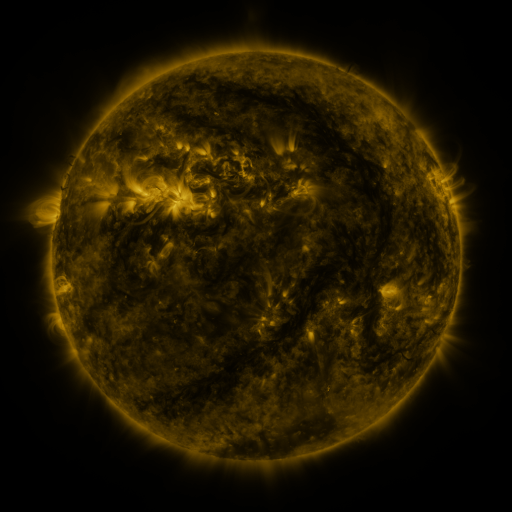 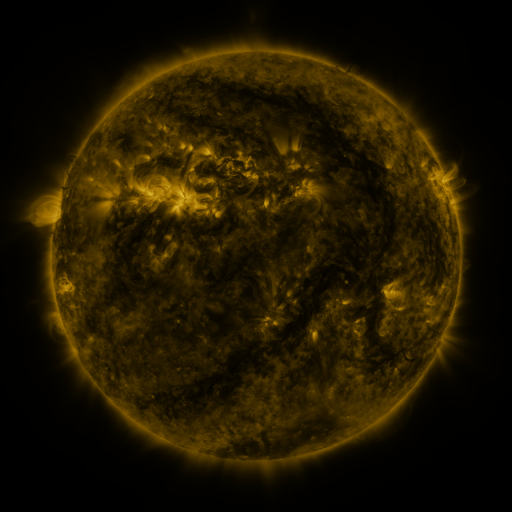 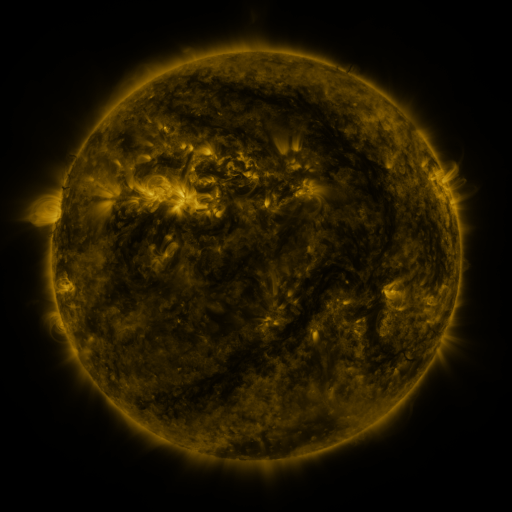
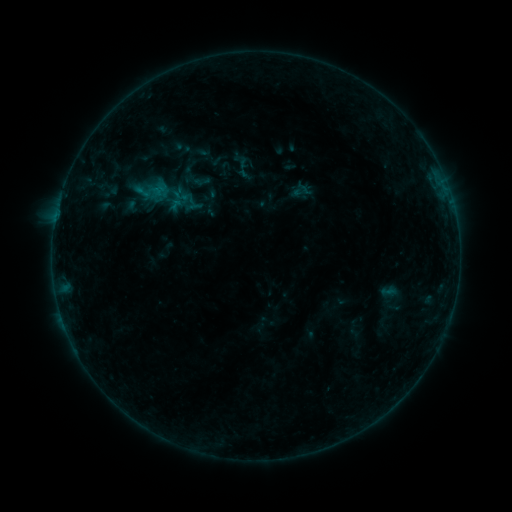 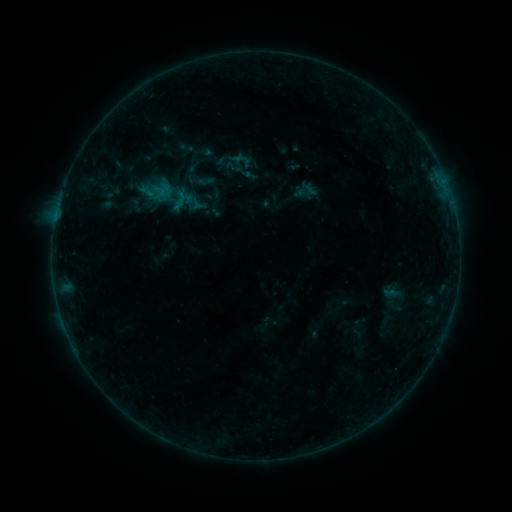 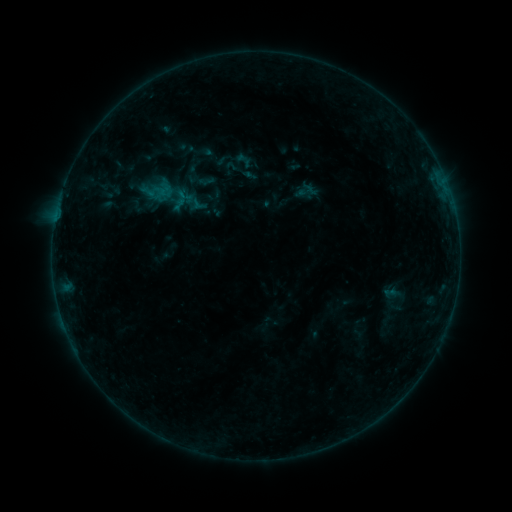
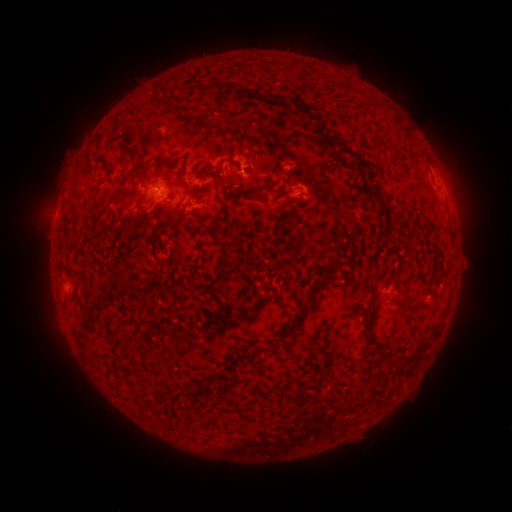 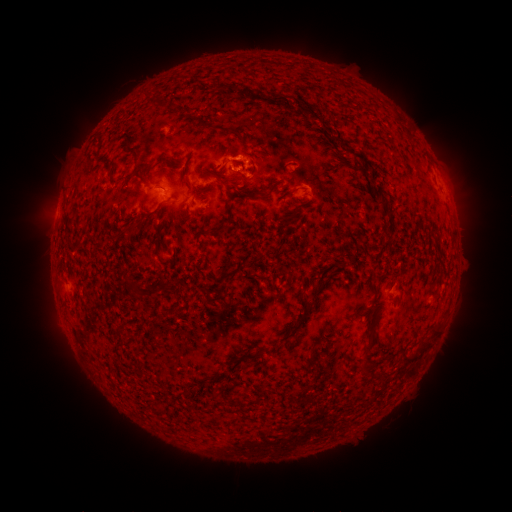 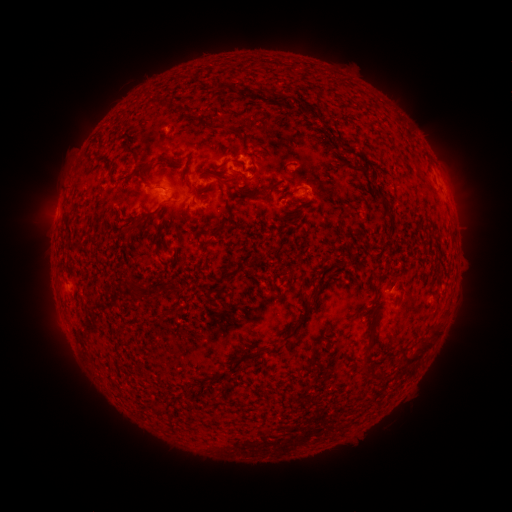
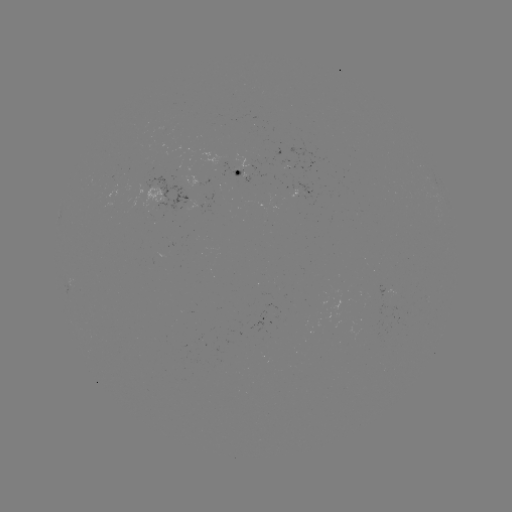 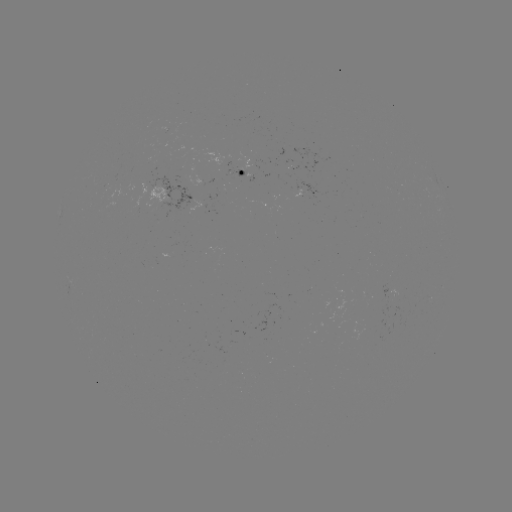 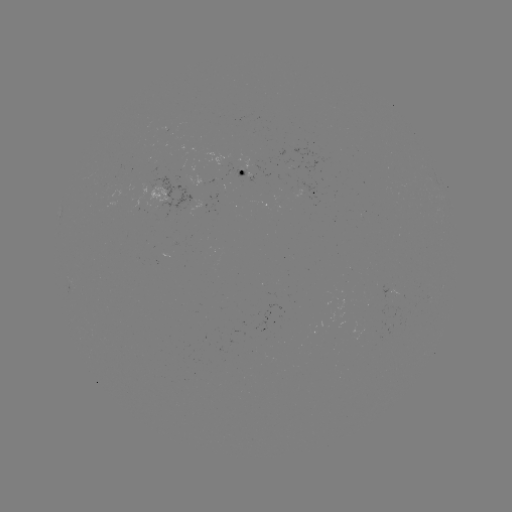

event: flare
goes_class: B2.9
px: (239, 162)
